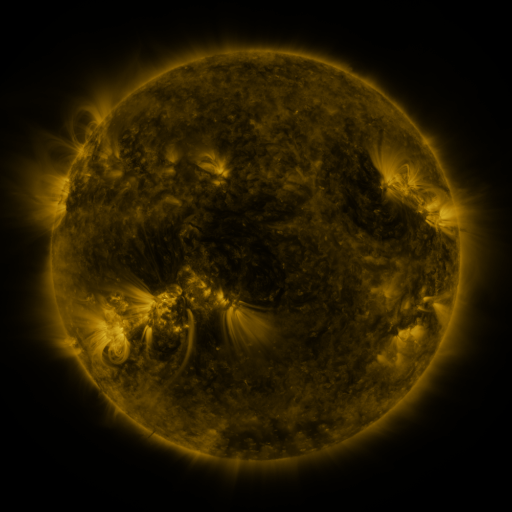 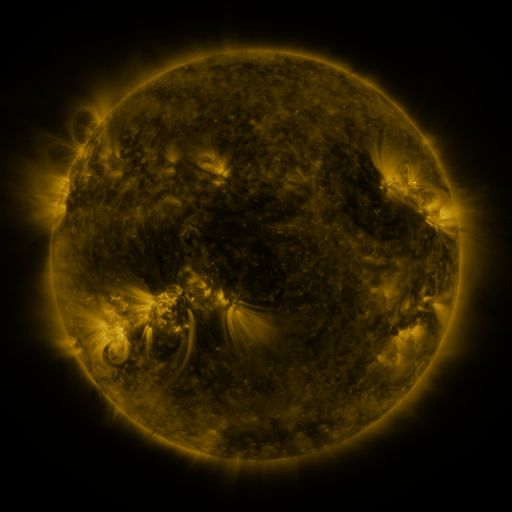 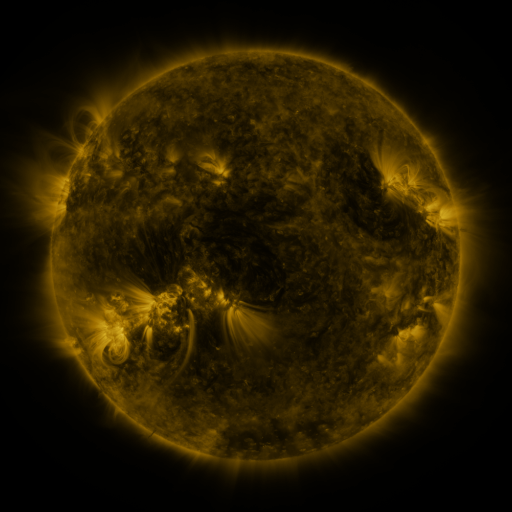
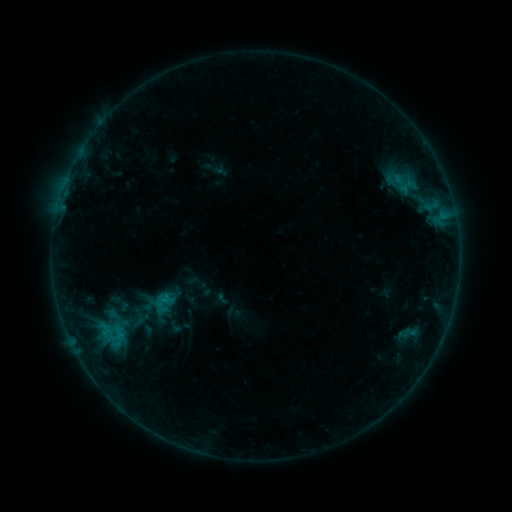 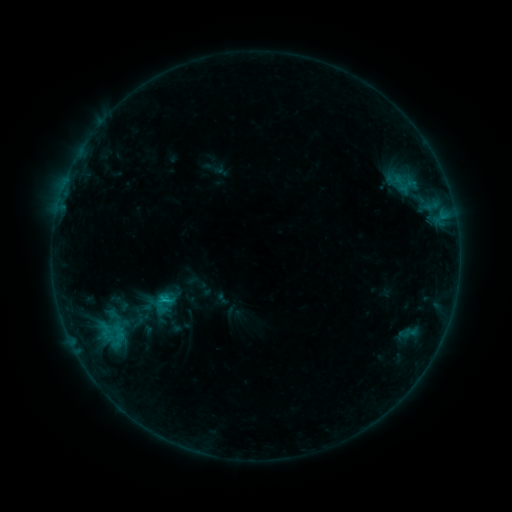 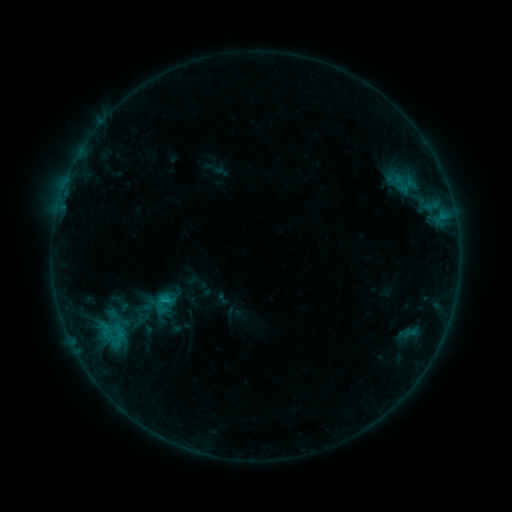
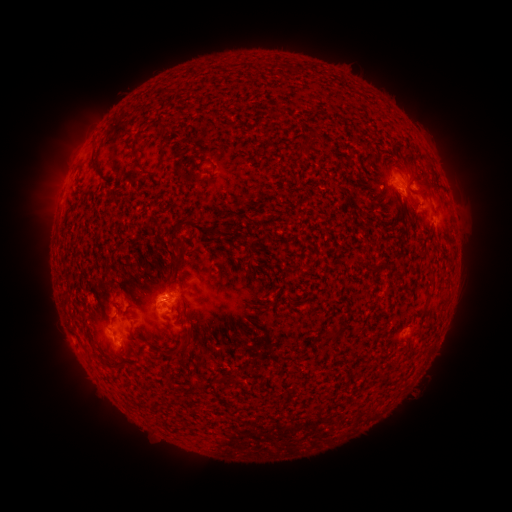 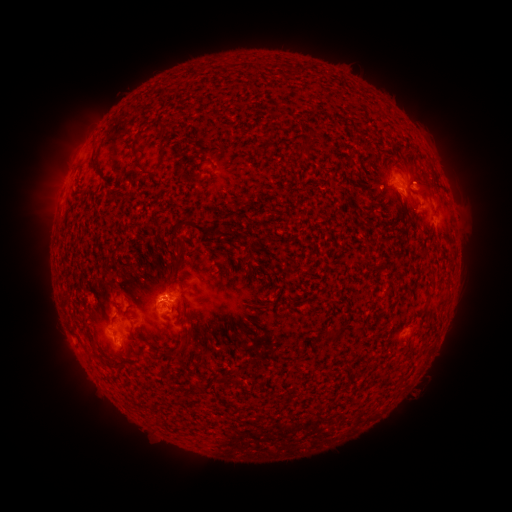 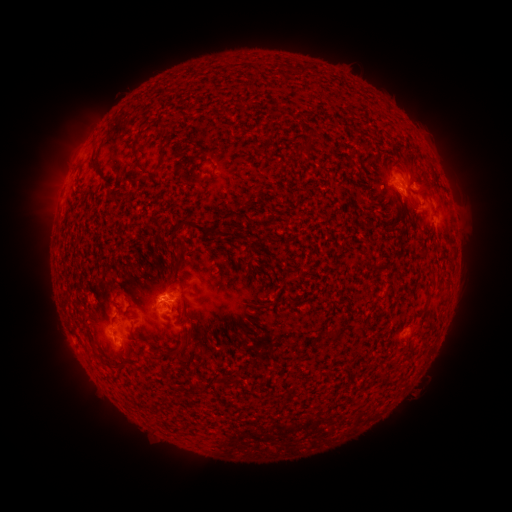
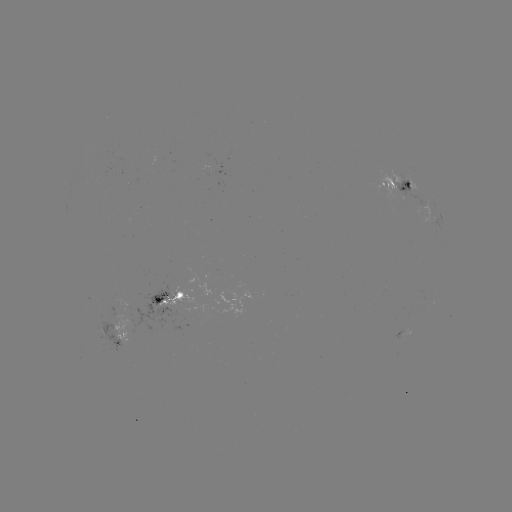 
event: flare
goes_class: B6.1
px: (166, 296)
